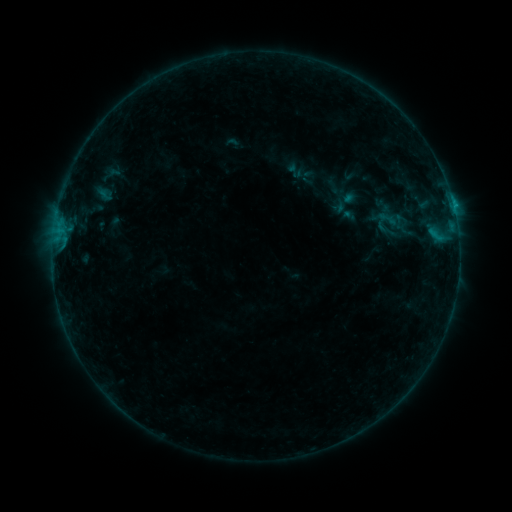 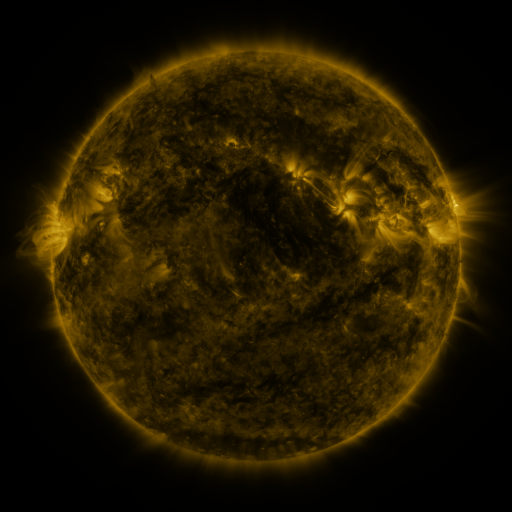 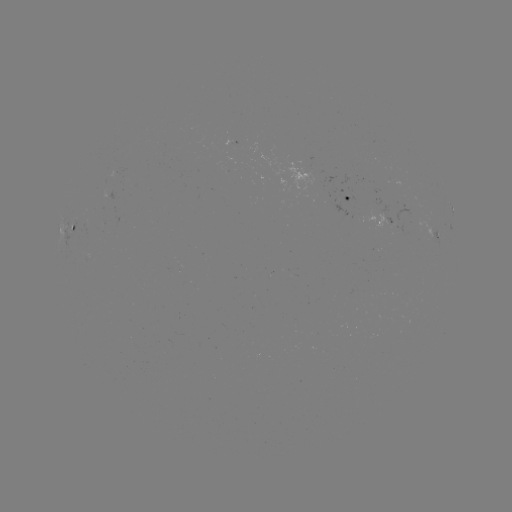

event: sigmoid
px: (382, 222)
